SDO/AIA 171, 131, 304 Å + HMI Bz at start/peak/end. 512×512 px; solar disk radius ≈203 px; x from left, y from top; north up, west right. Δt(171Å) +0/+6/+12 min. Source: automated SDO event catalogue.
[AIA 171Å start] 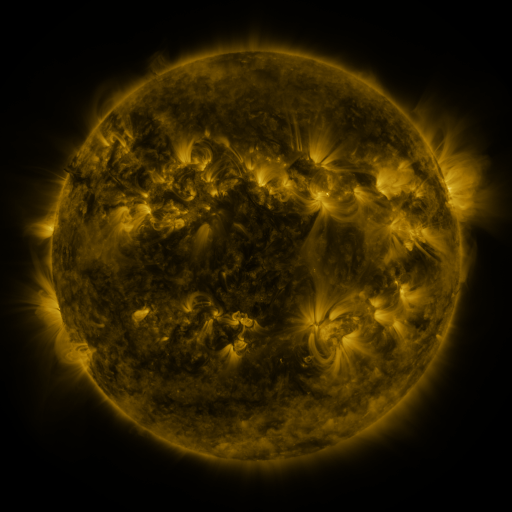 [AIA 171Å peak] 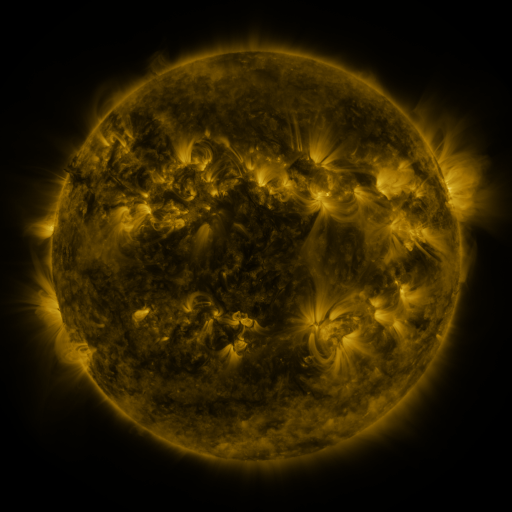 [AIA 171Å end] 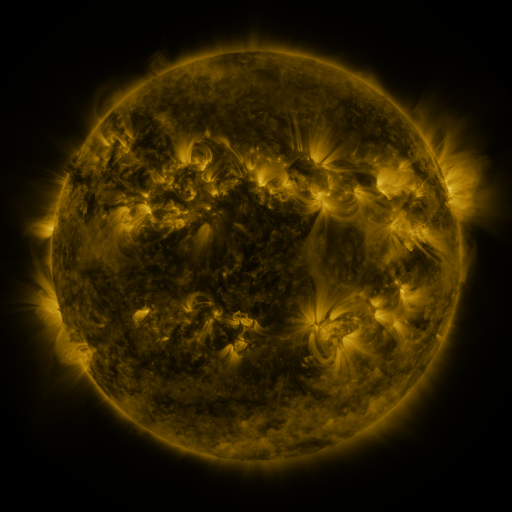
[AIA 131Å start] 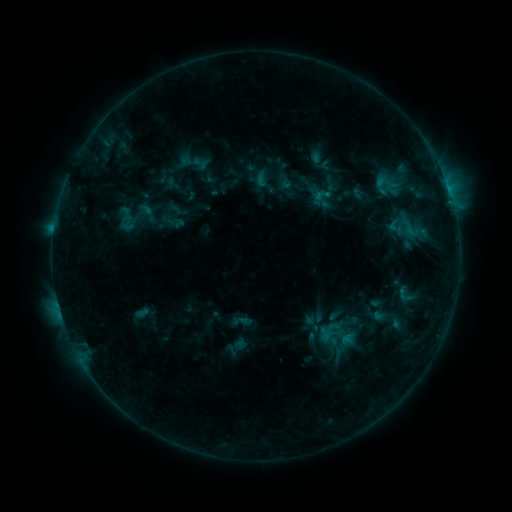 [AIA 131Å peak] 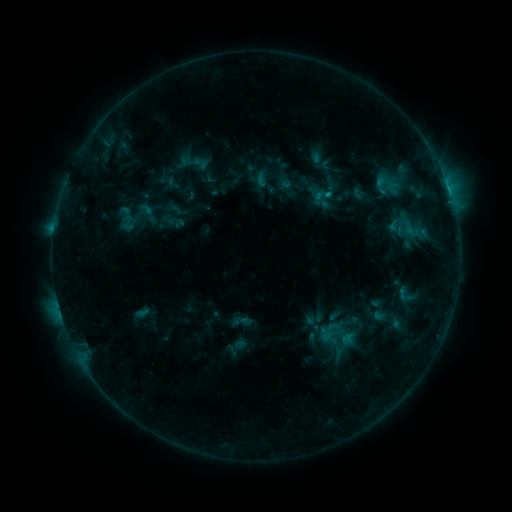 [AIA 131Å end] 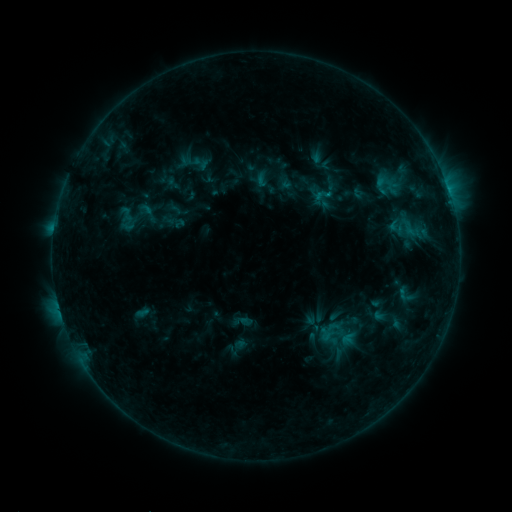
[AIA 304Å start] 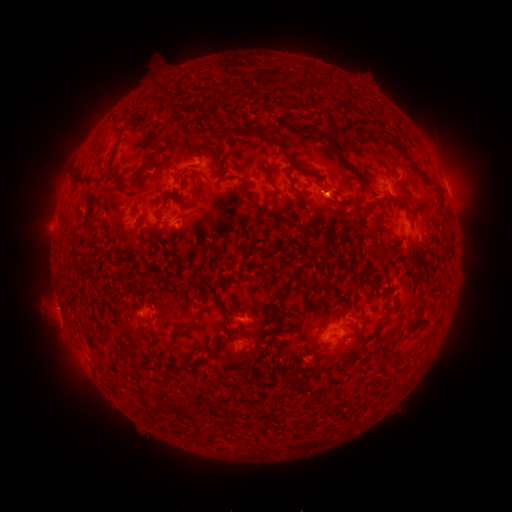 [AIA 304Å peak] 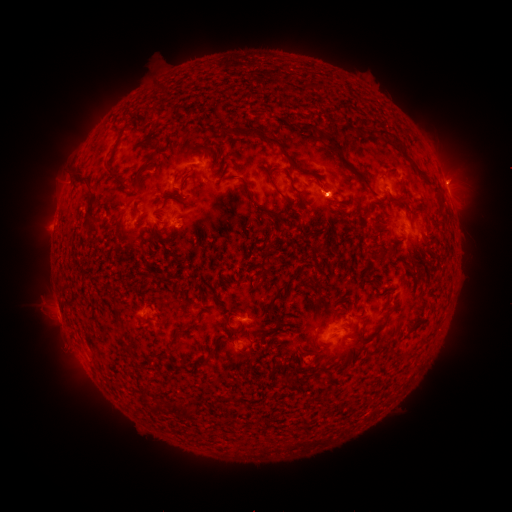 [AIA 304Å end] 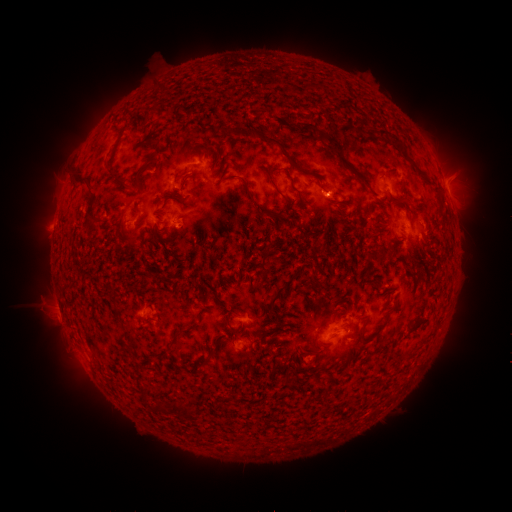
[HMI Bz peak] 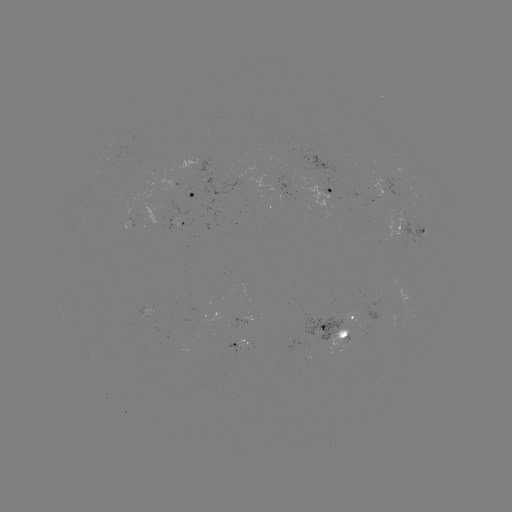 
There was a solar eruption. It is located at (456, 176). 